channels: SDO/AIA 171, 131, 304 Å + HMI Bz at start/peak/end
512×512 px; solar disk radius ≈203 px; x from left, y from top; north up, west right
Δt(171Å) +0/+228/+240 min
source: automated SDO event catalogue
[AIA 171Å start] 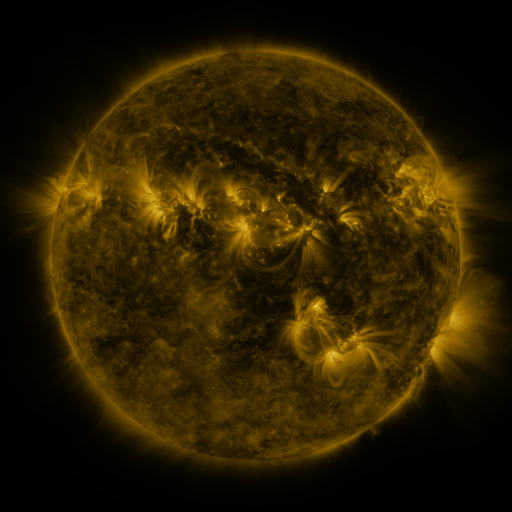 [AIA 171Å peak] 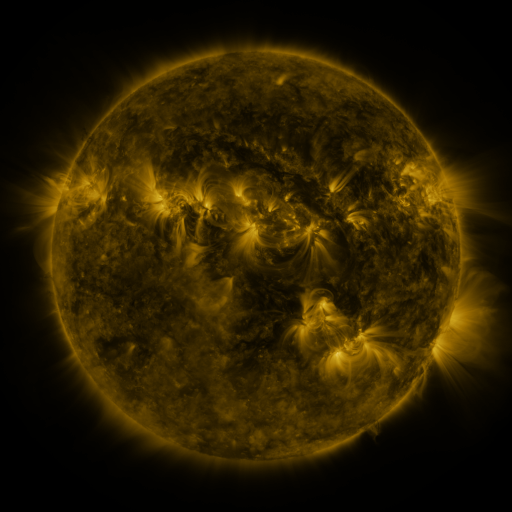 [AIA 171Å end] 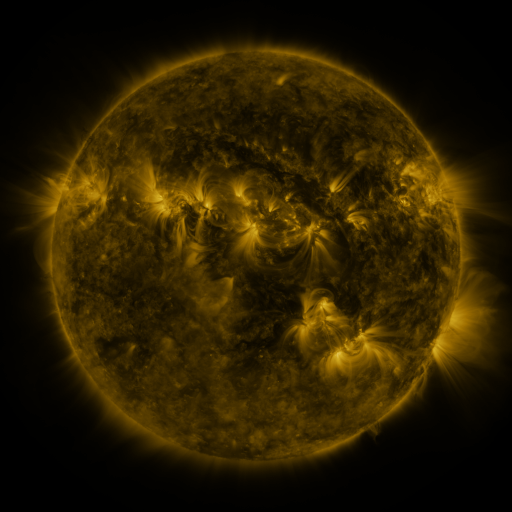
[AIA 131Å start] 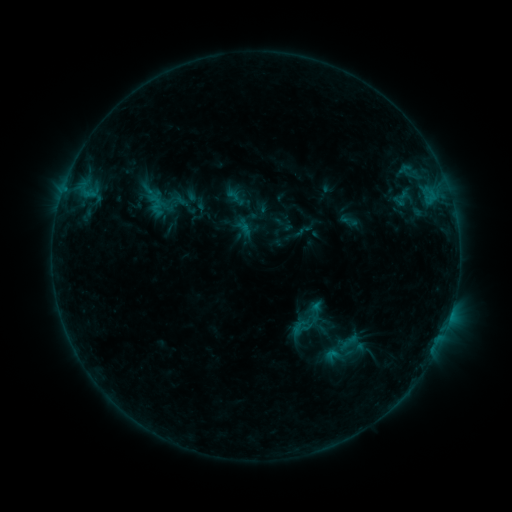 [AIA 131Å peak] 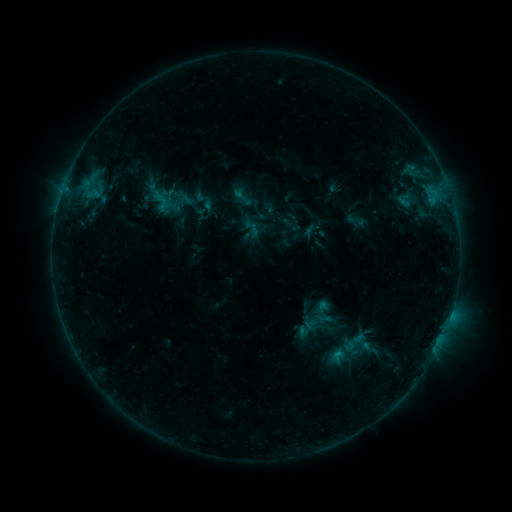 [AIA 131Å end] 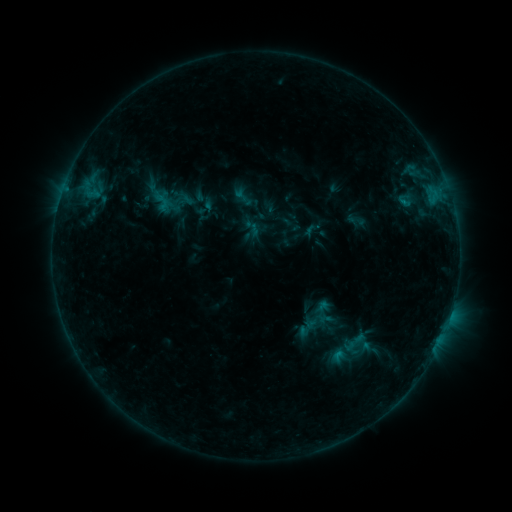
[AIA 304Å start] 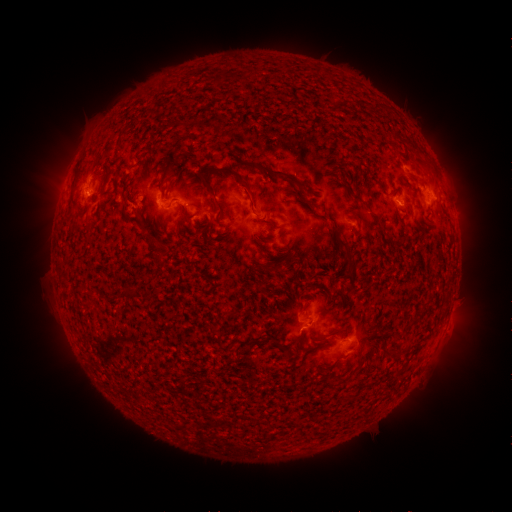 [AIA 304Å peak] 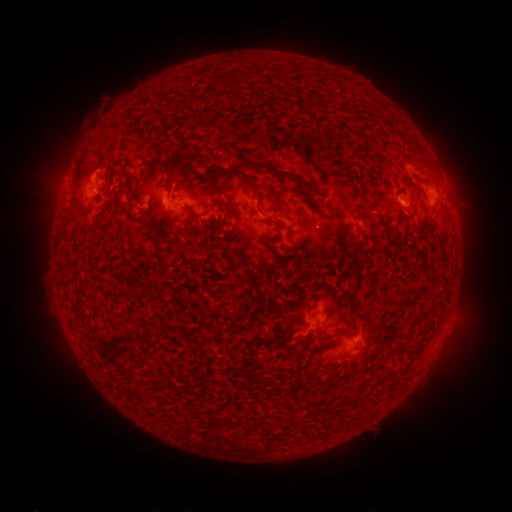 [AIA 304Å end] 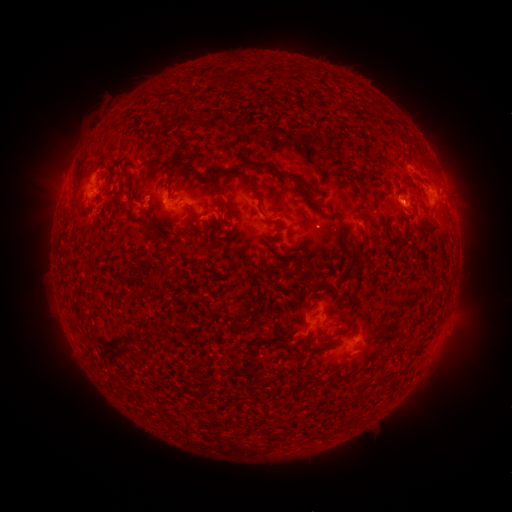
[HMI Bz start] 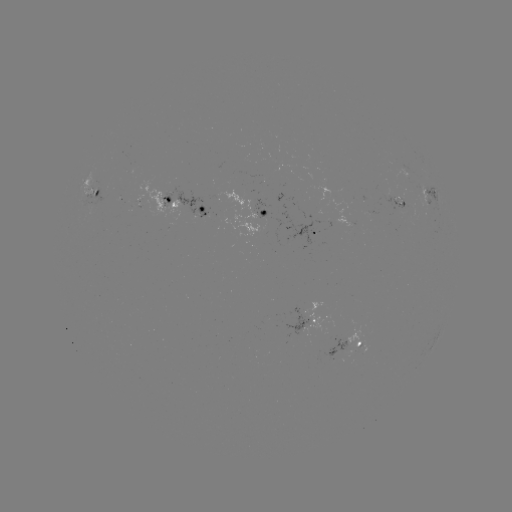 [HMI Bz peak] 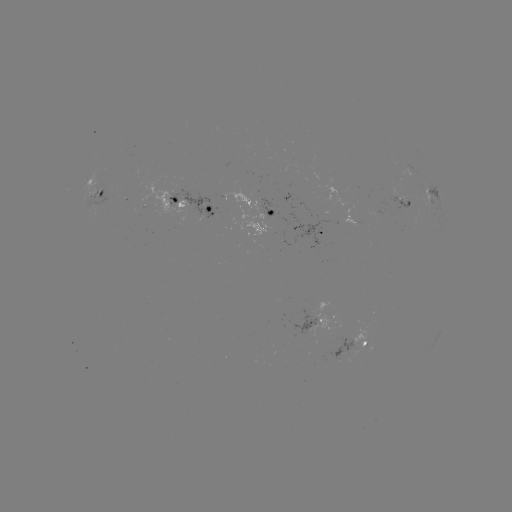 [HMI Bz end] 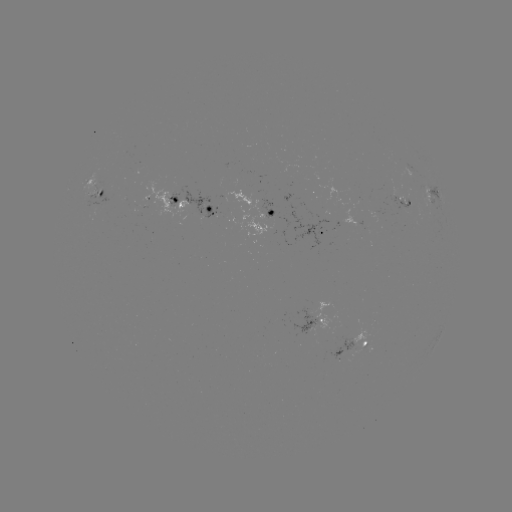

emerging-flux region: <bbox>383, 189, 414, 210</bbox>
